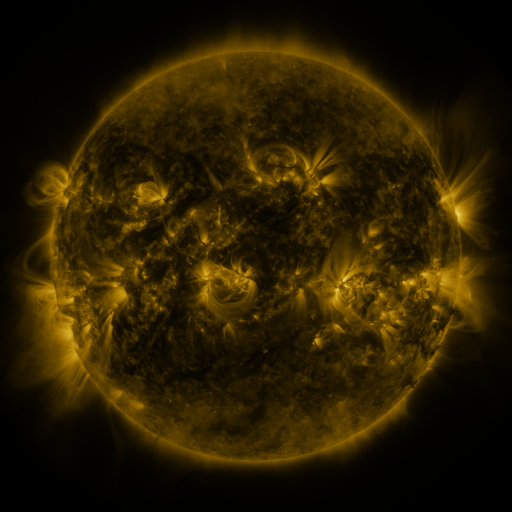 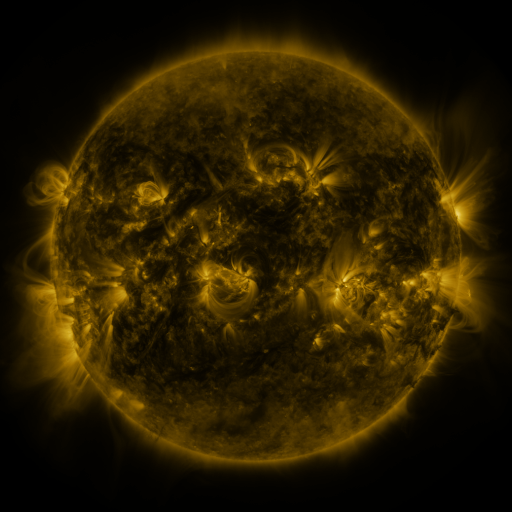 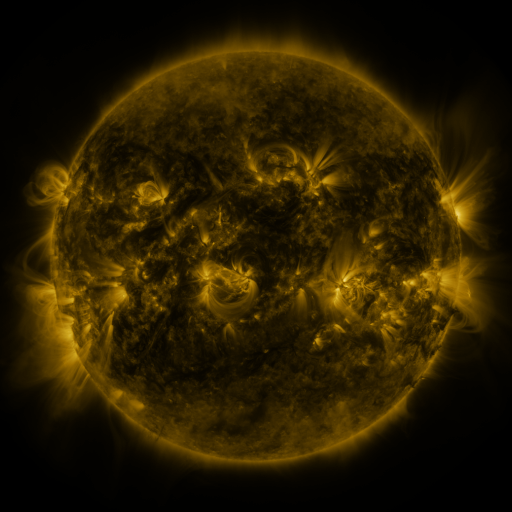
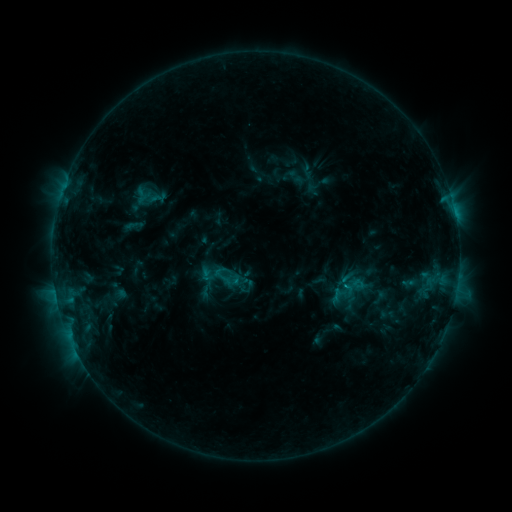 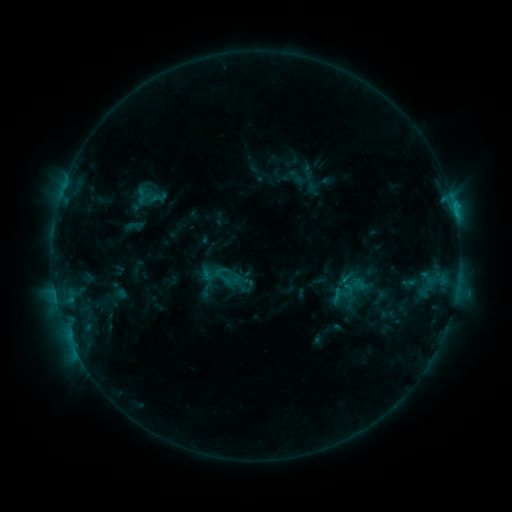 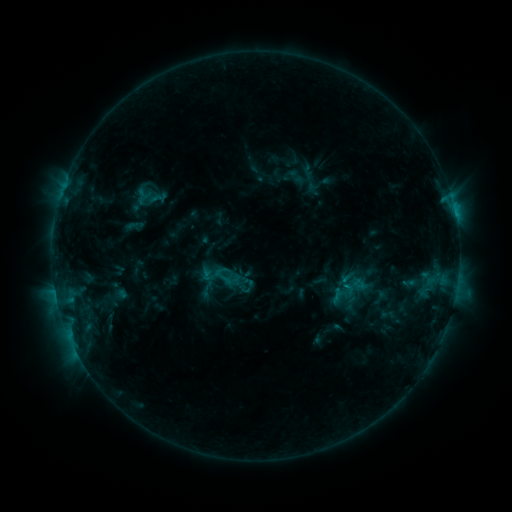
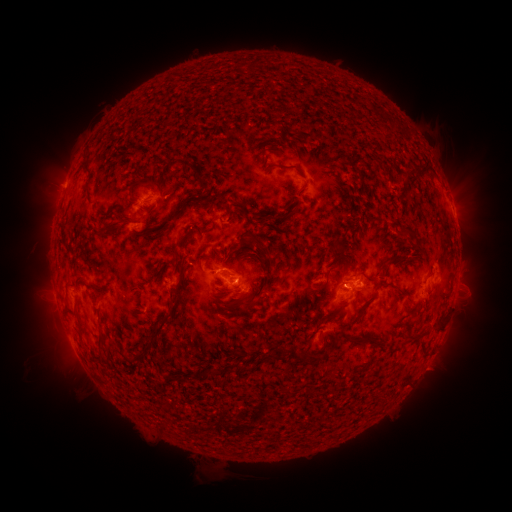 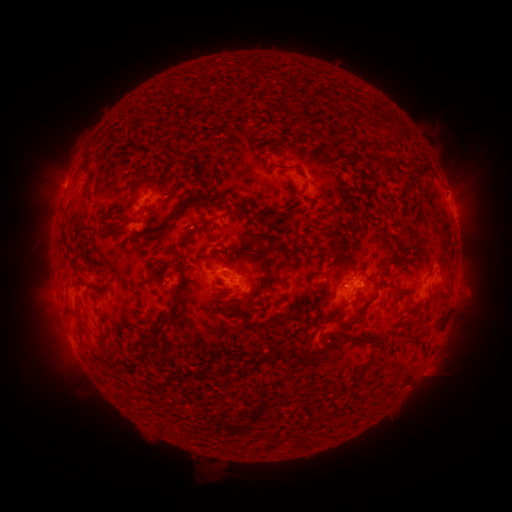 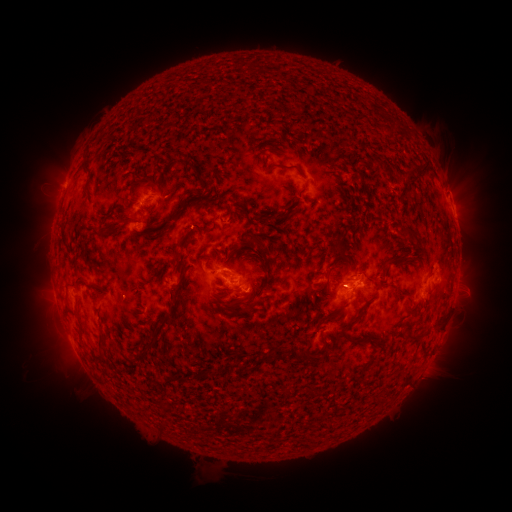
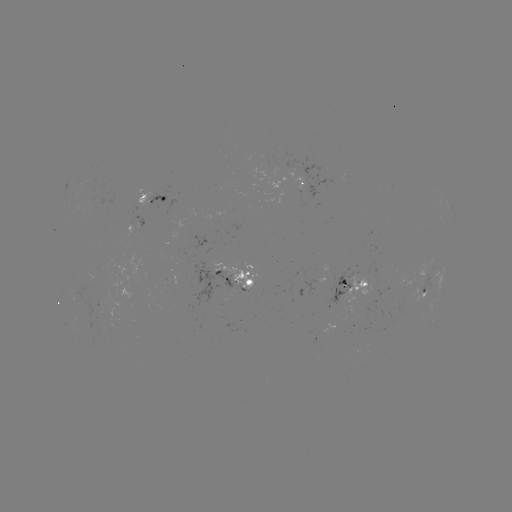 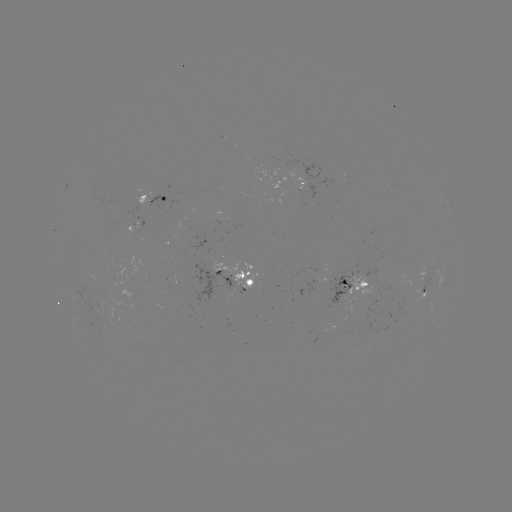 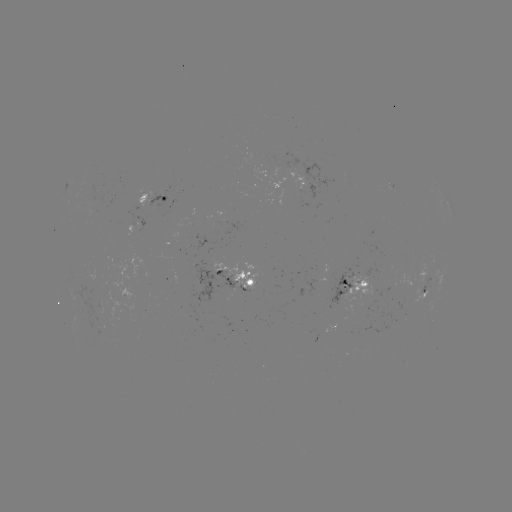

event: eruption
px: (457, 193)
